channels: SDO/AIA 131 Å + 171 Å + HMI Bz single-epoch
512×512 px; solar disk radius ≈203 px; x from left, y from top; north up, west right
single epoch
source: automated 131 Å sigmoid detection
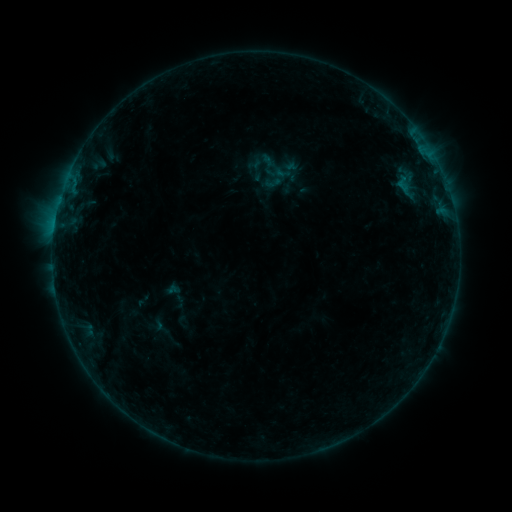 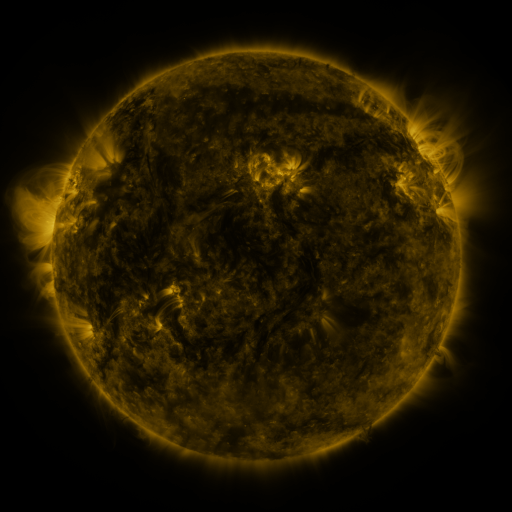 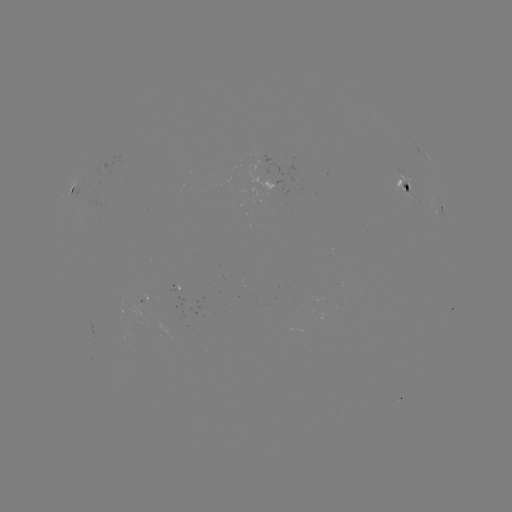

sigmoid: (263, 173, 282, 192)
